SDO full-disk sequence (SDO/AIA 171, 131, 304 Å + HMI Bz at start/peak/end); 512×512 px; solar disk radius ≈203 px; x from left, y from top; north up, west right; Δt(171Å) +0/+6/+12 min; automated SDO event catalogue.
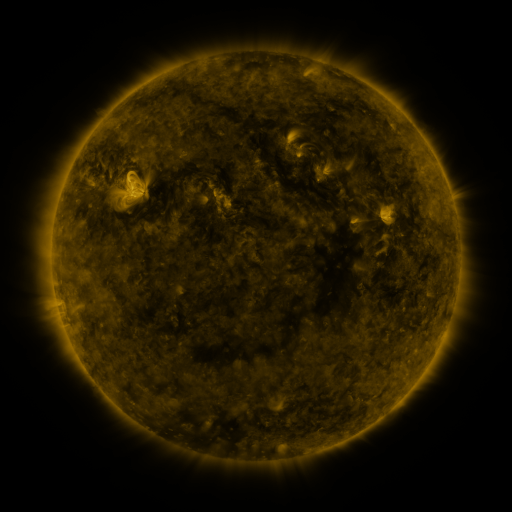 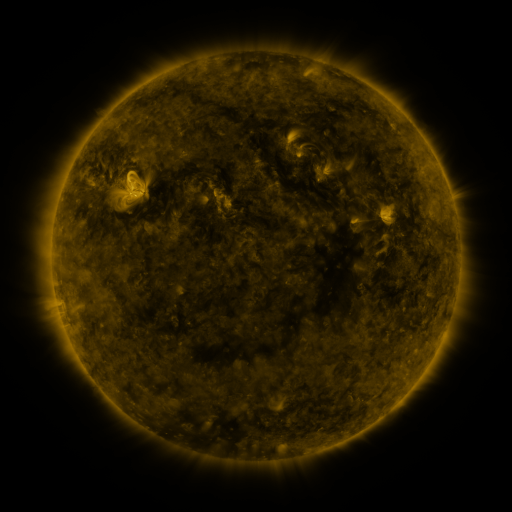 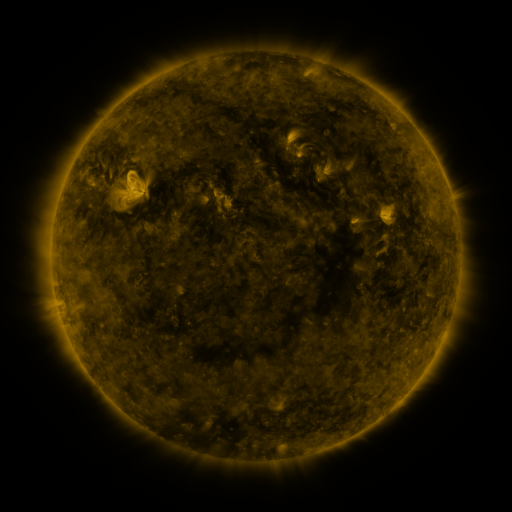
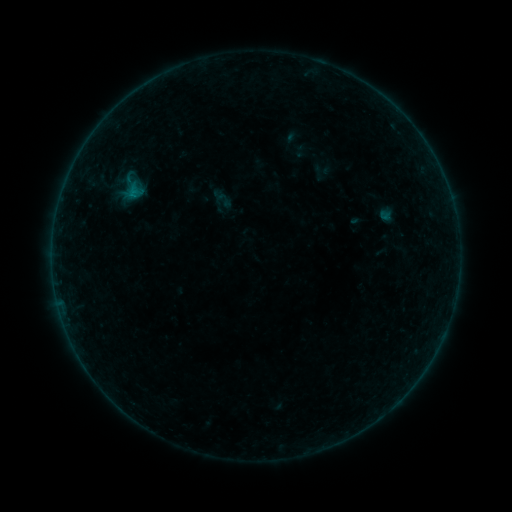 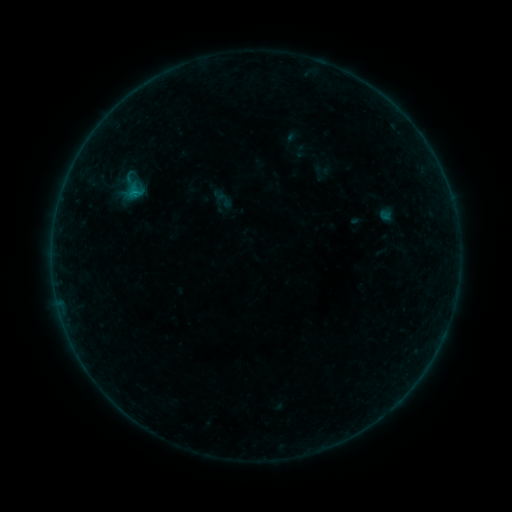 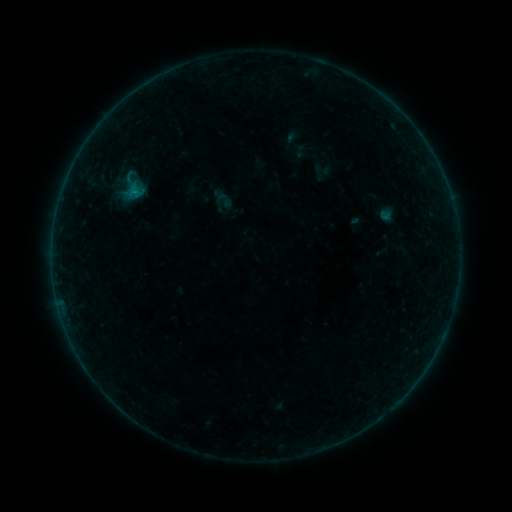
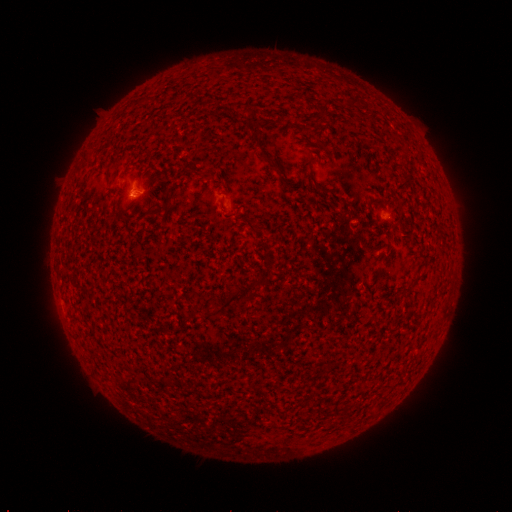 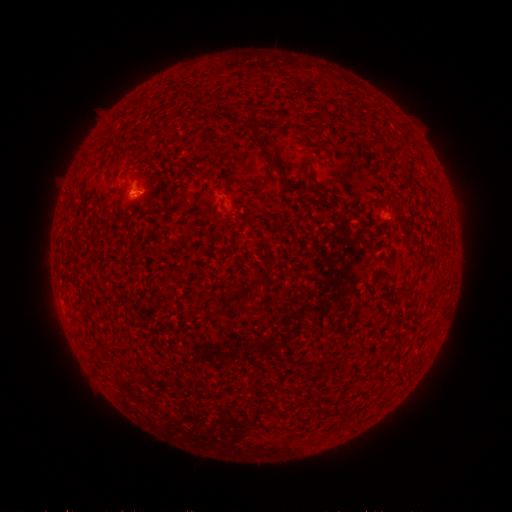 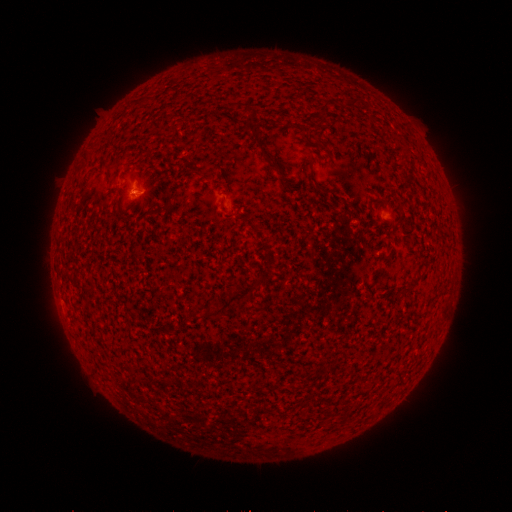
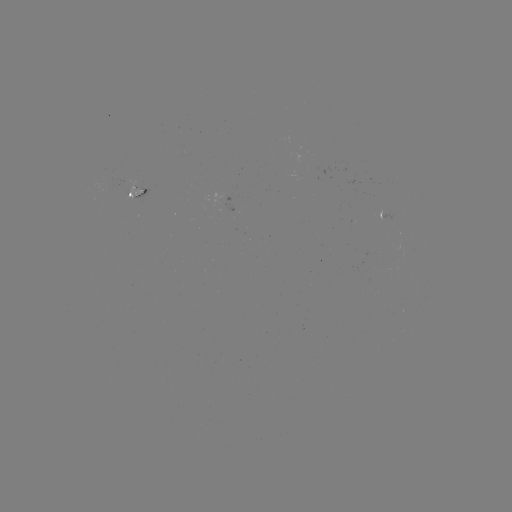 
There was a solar flare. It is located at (136, 191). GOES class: B1.8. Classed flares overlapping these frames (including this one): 1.